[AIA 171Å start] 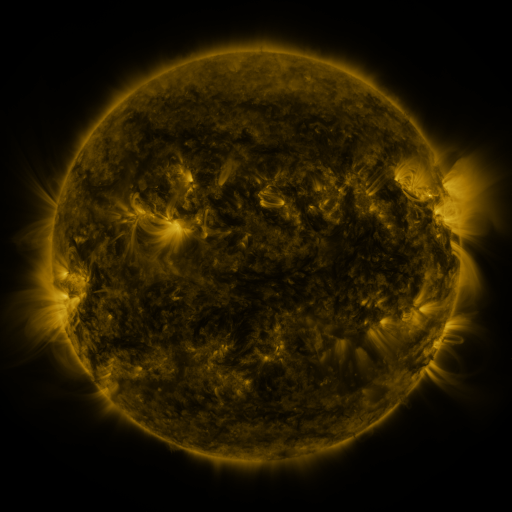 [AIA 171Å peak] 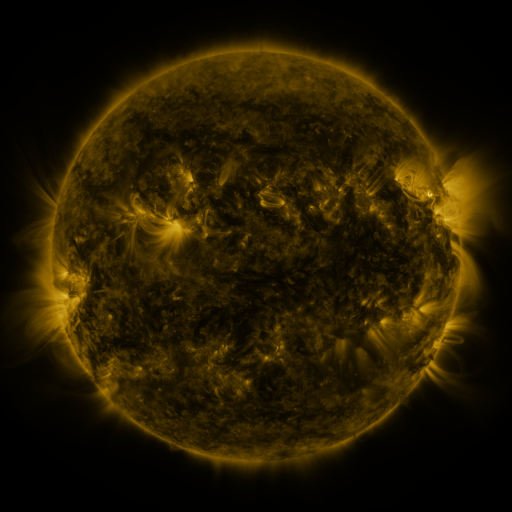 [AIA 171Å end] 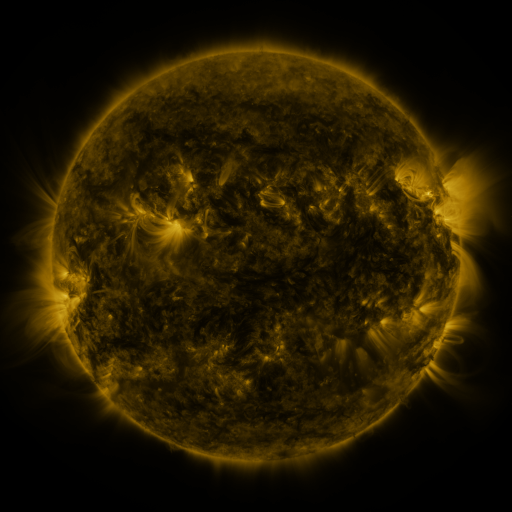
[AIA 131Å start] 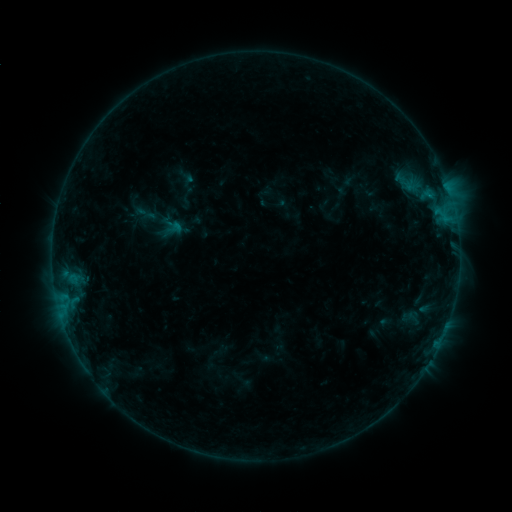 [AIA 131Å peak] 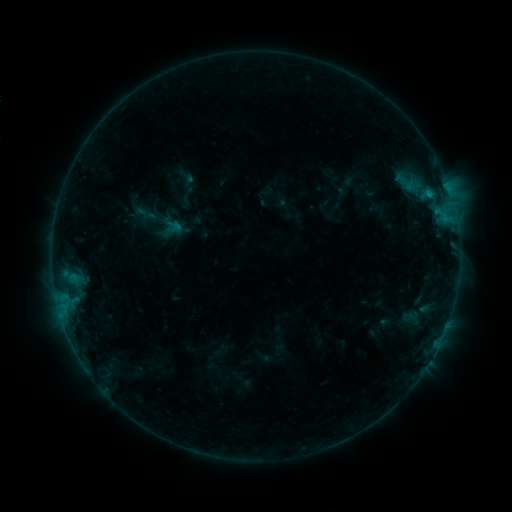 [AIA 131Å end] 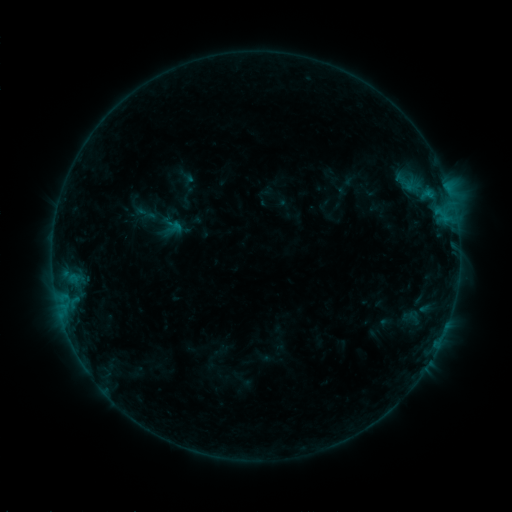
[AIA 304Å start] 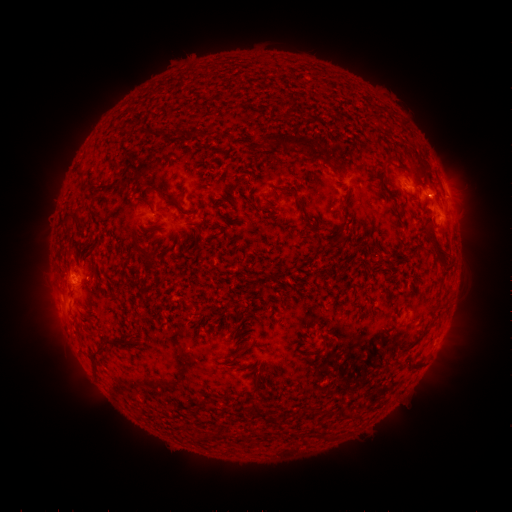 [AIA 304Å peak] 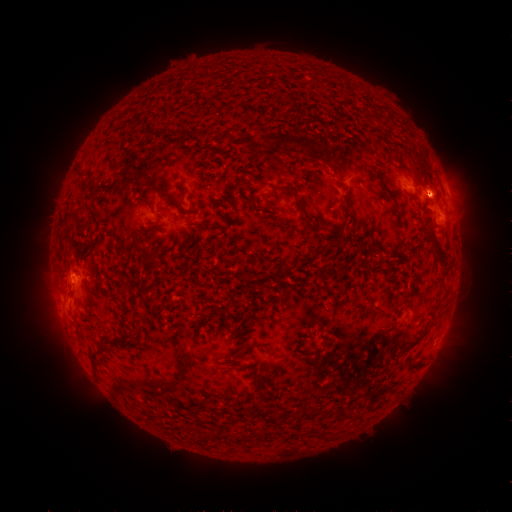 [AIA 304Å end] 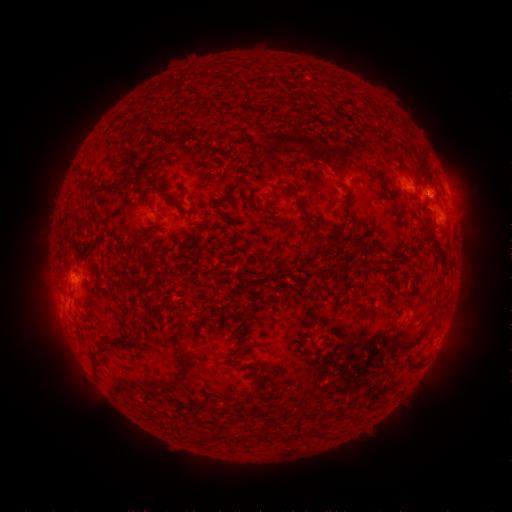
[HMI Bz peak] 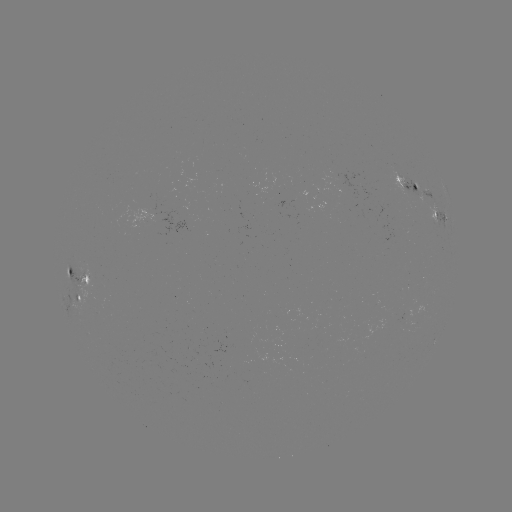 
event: flare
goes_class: B6.4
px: (427, 194)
